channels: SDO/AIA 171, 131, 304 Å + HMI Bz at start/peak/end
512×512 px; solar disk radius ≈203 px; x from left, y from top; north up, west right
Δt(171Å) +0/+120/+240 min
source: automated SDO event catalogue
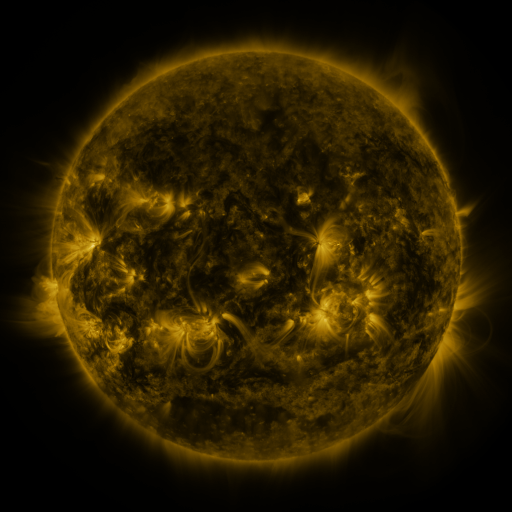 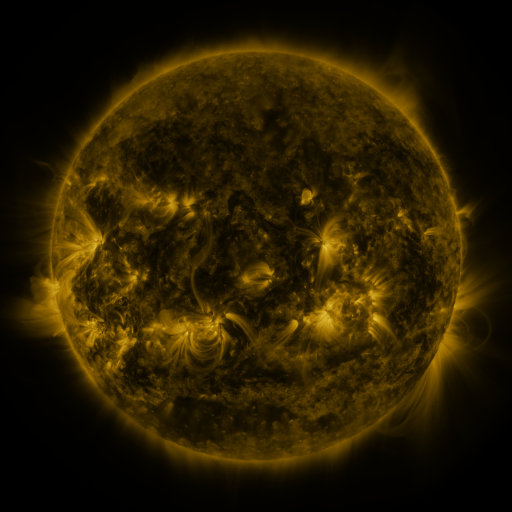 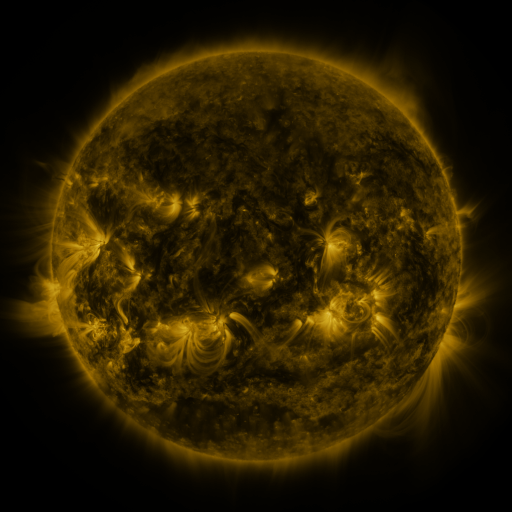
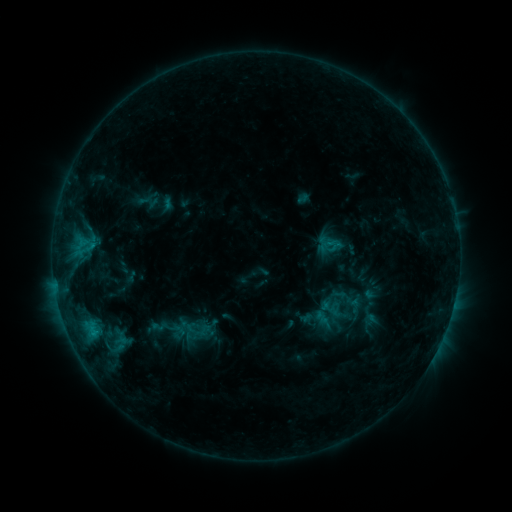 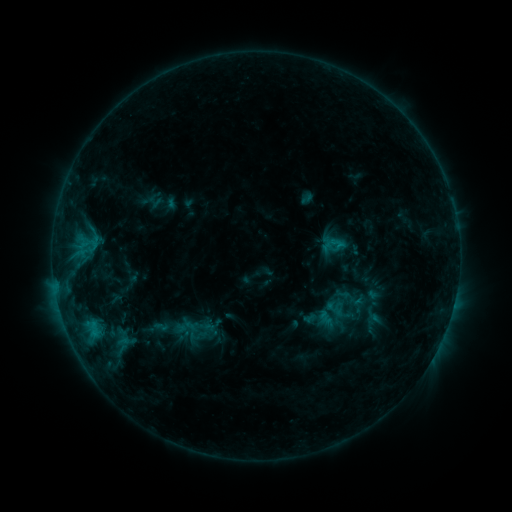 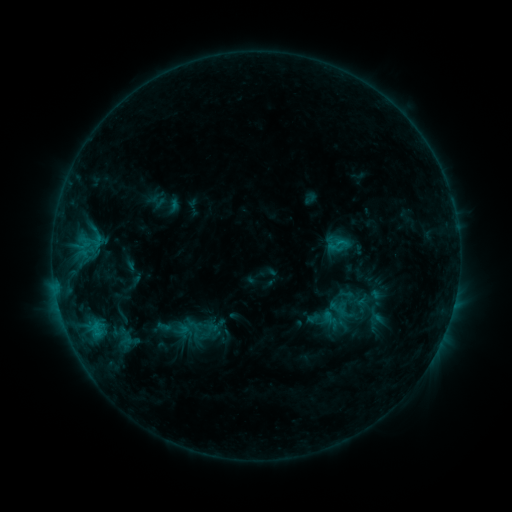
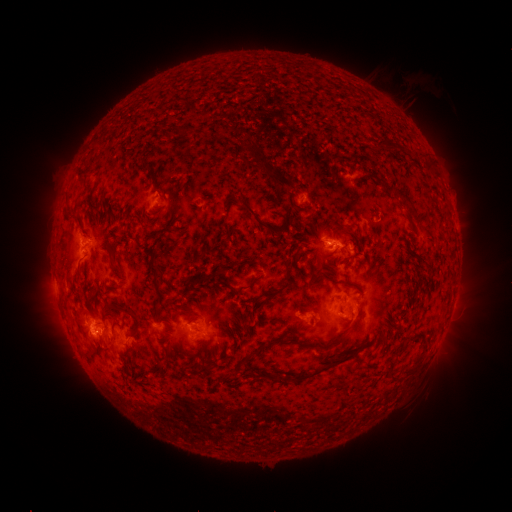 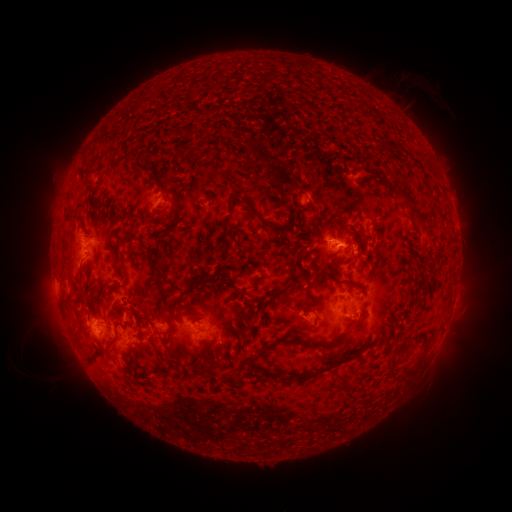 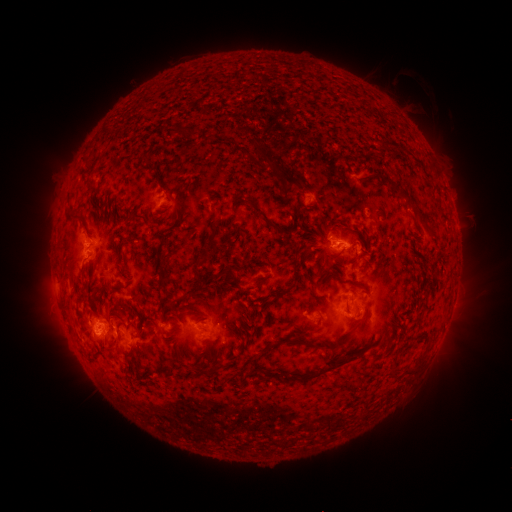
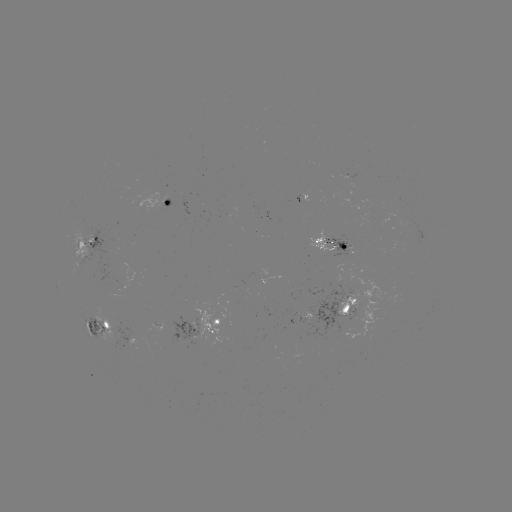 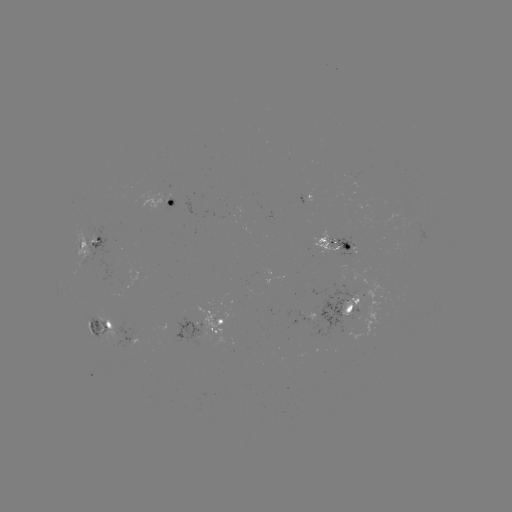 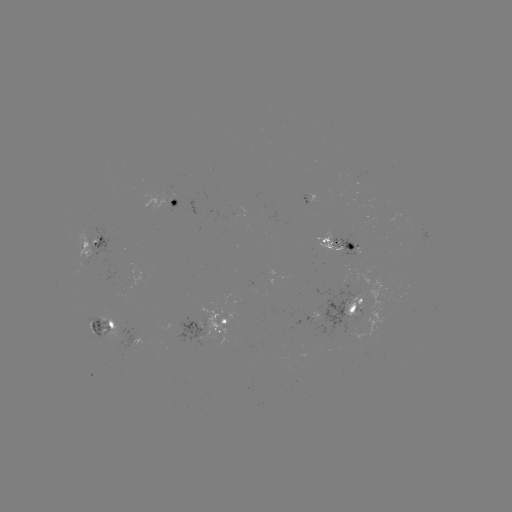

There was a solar filament eruption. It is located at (119, 327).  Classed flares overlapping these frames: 1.